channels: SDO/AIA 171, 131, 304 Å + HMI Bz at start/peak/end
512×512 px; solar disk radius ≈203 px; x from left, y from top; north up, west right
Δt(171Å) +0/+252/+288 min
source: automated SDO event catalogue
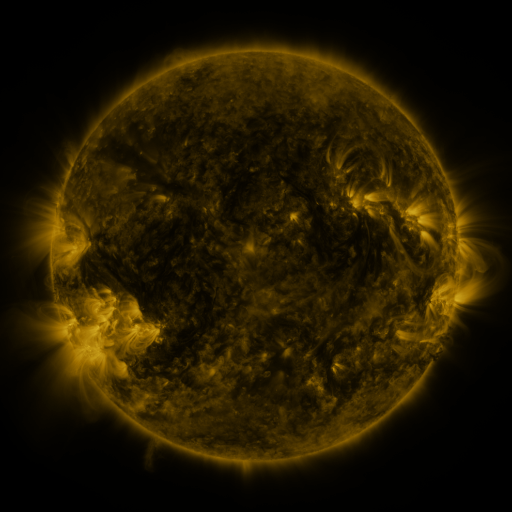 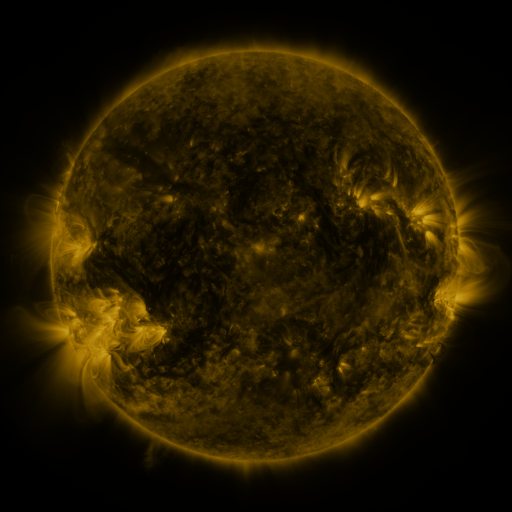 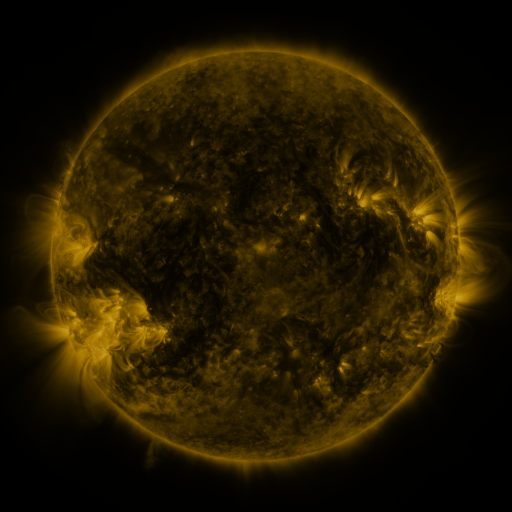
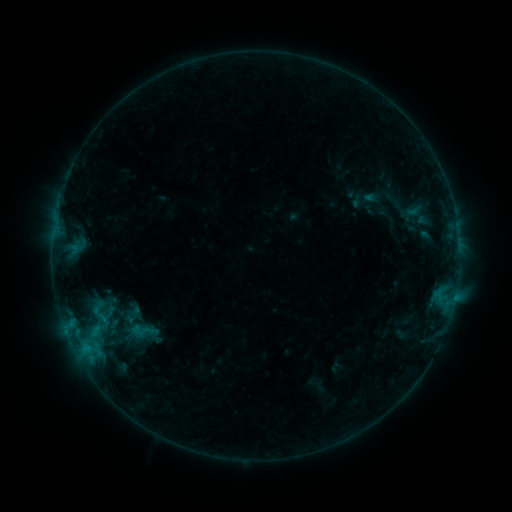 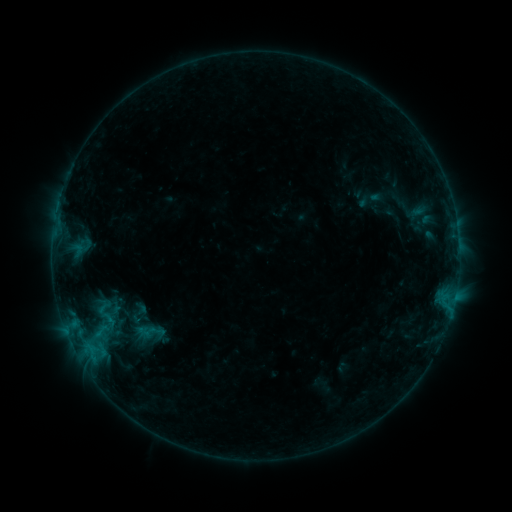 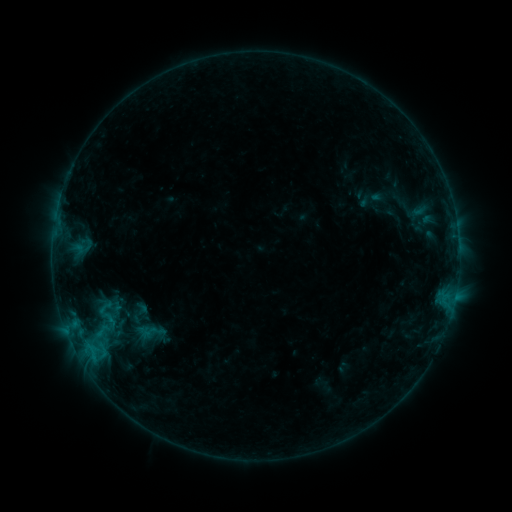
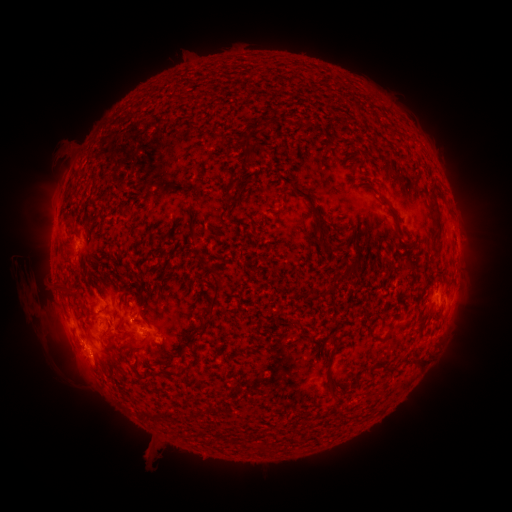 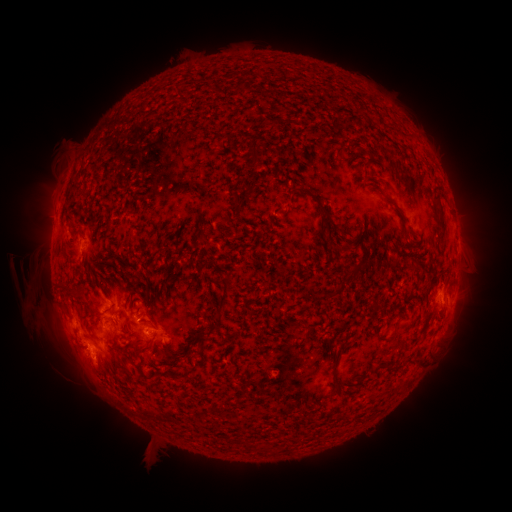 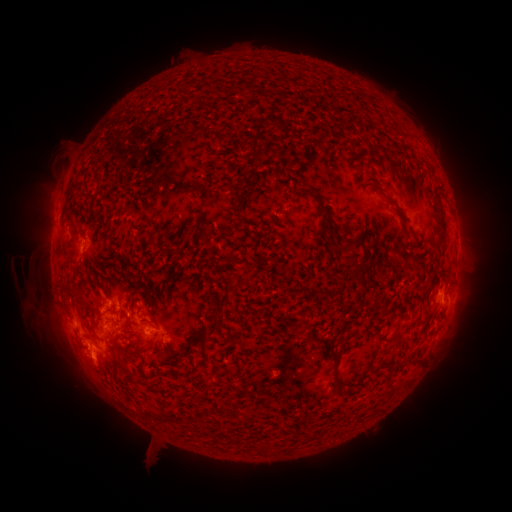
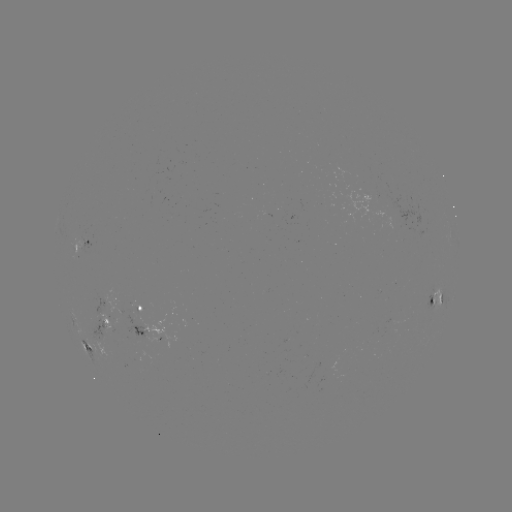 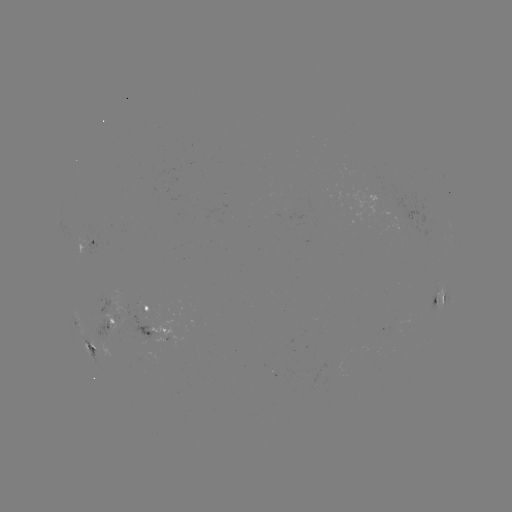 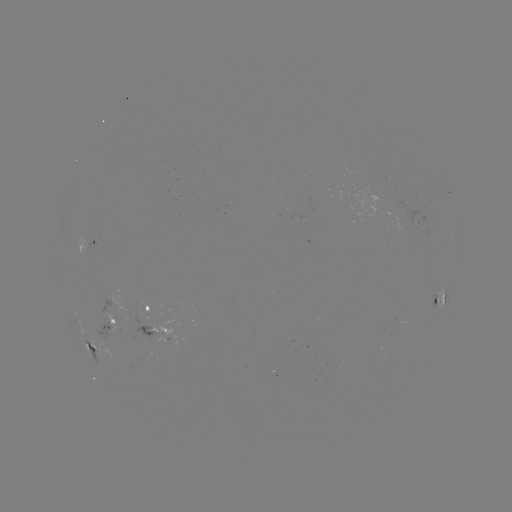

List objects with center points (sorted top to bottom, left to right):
emerging-flux region: (114, 323)
